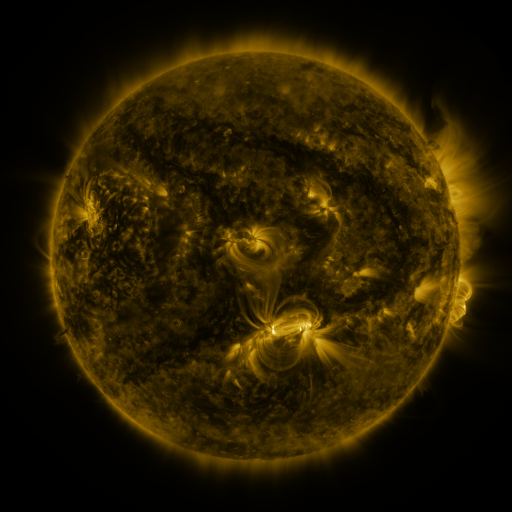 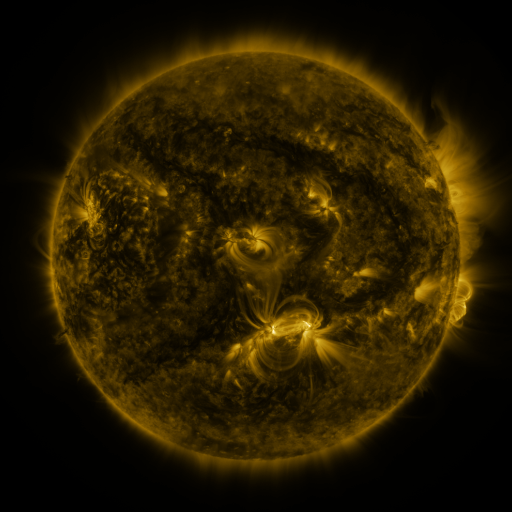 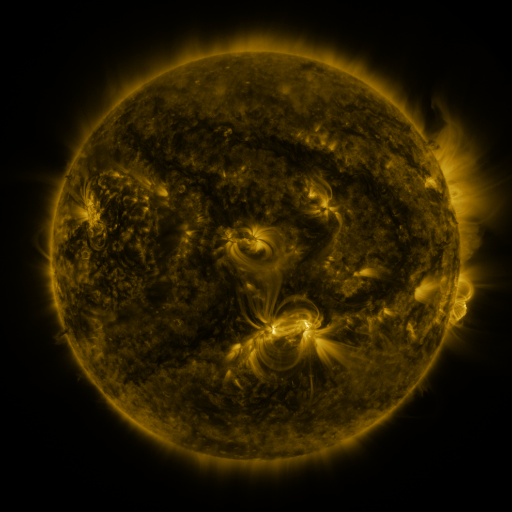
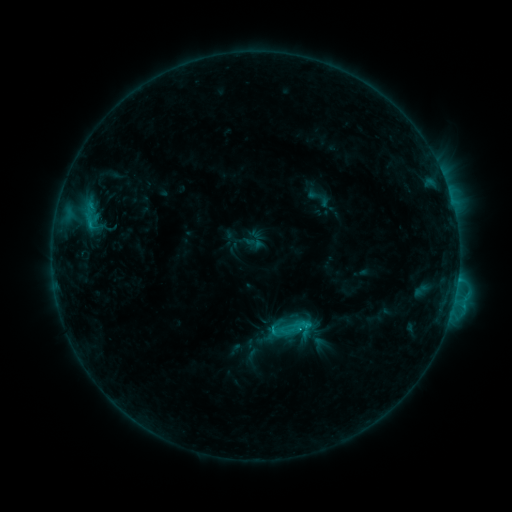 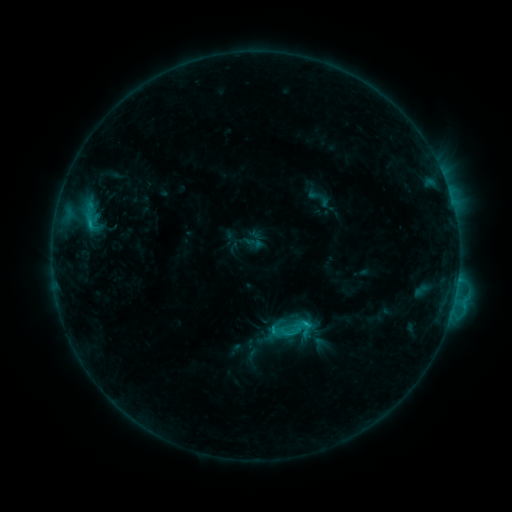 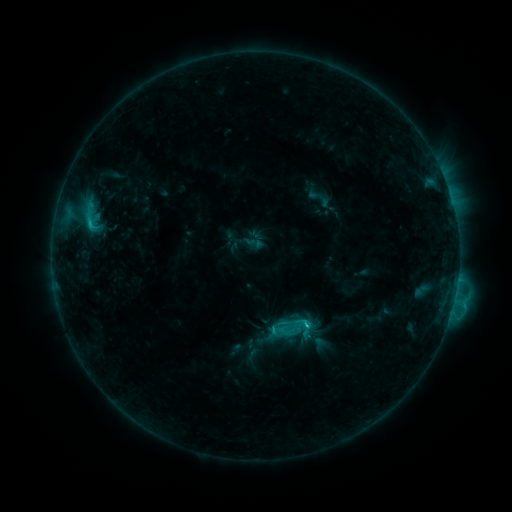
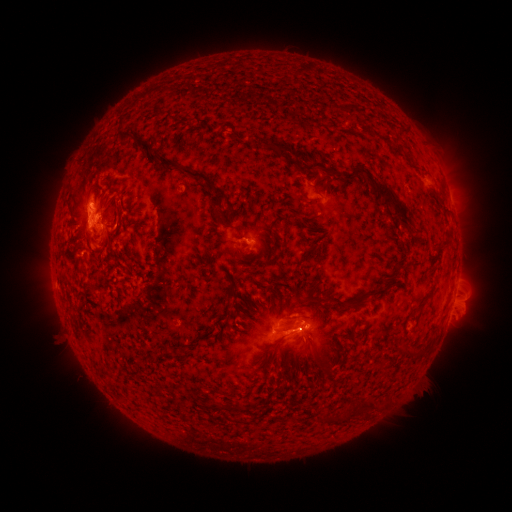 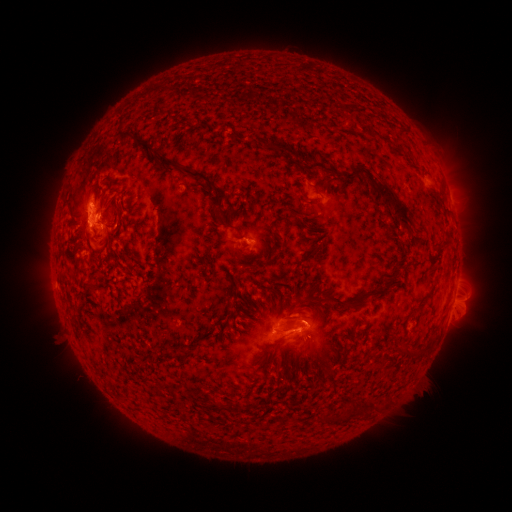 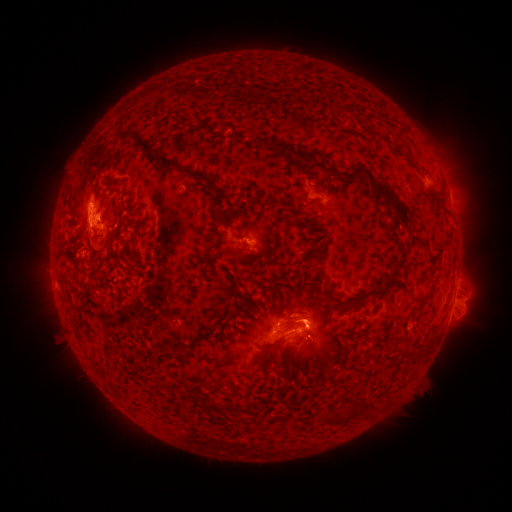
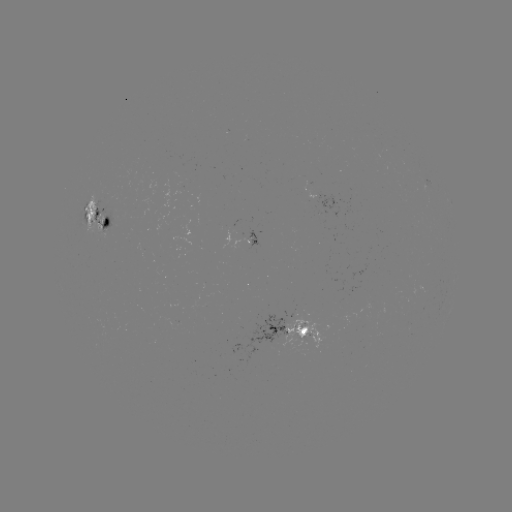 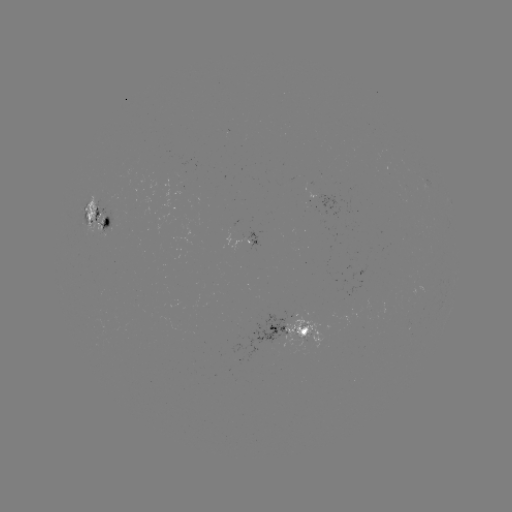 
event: eruption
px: (314, 312)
